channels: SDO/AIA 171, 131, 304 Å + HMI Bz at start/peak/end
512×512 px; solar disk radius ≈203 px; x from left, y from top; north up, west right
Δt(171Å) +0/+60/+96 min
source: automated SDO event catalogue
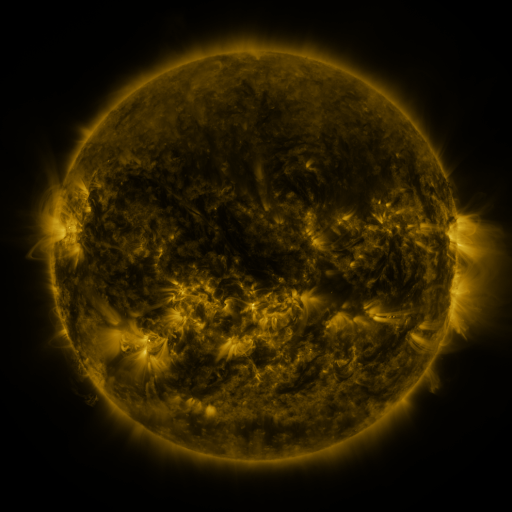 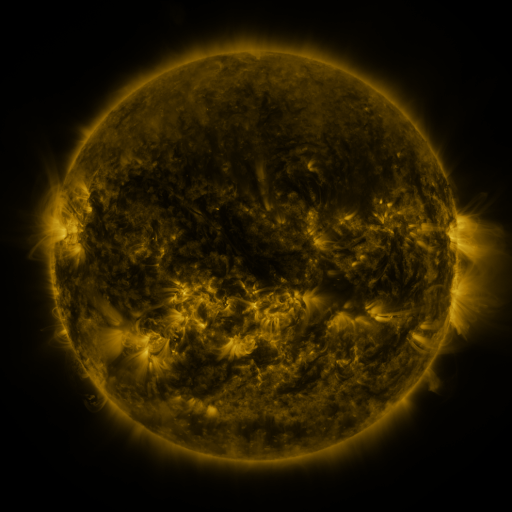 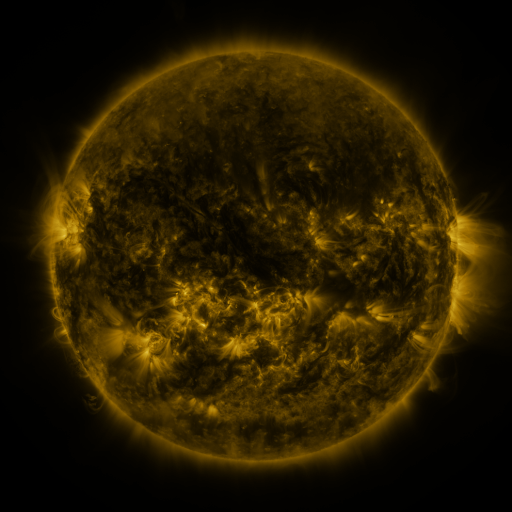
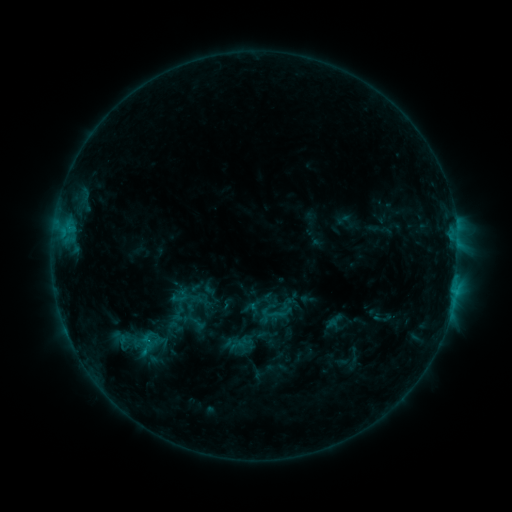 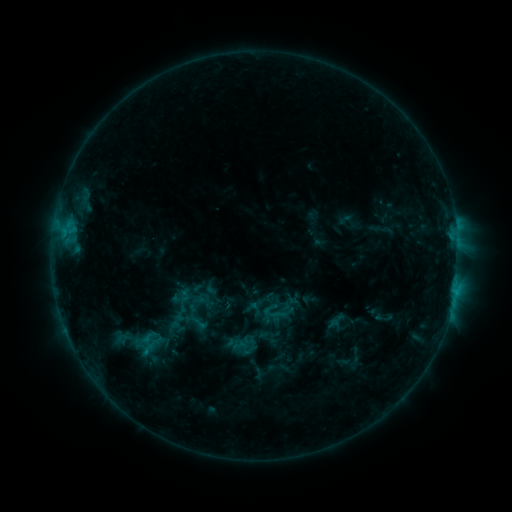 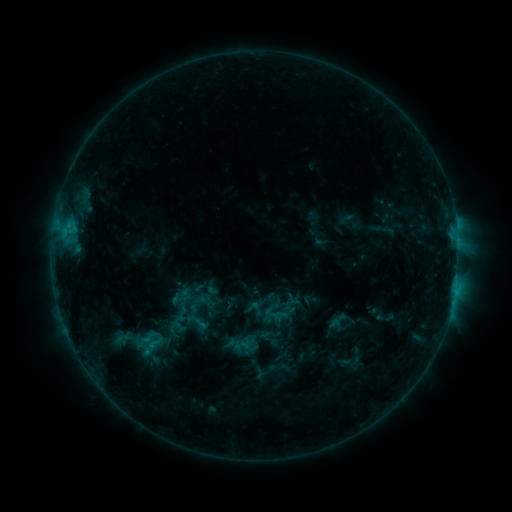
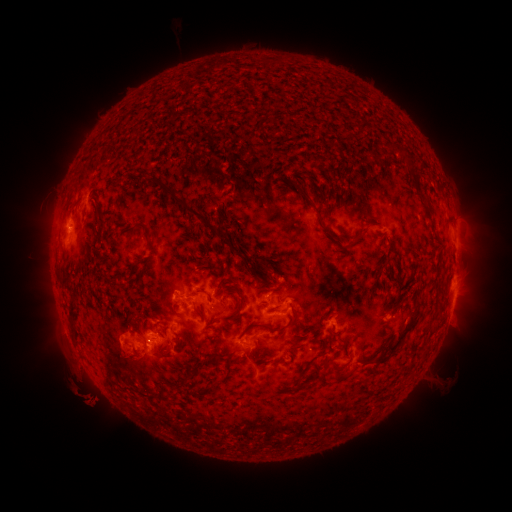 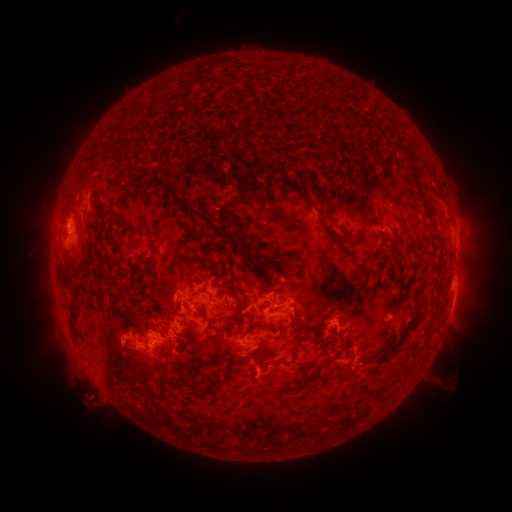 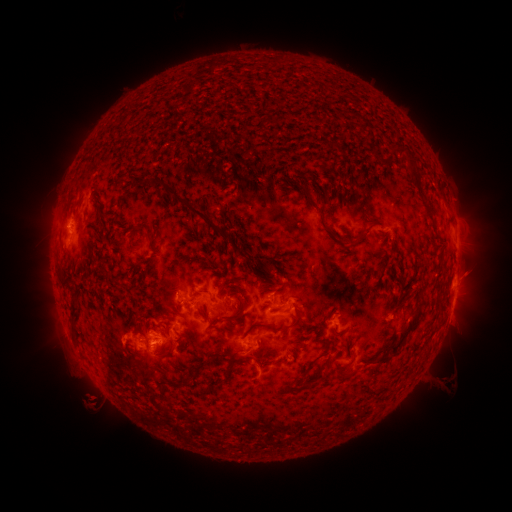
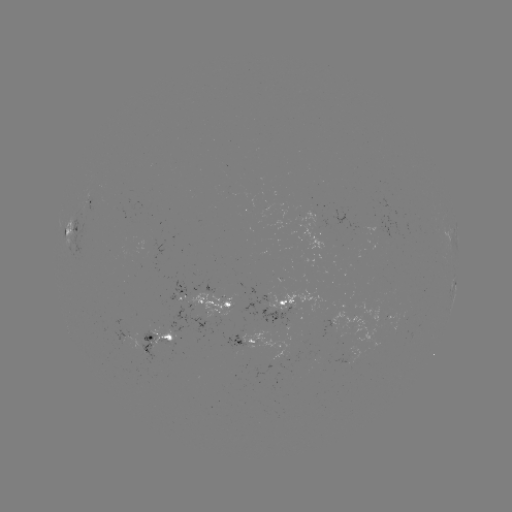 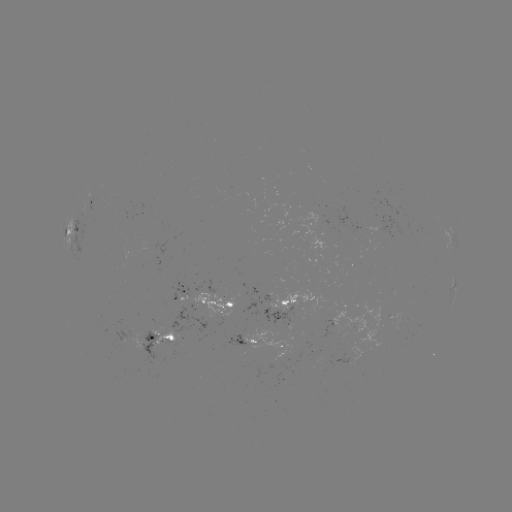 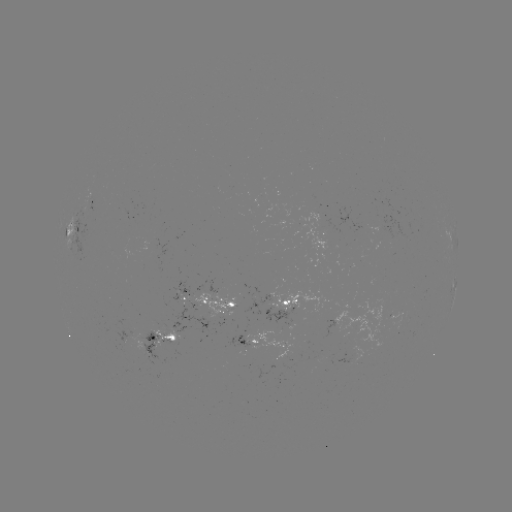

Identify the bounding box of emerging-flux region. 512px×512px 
[173, 278, 189, 297].